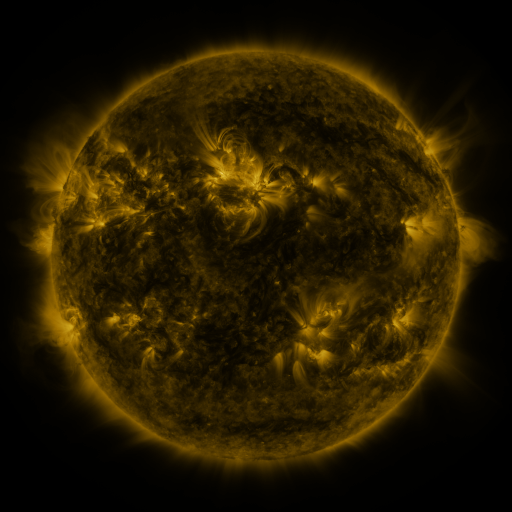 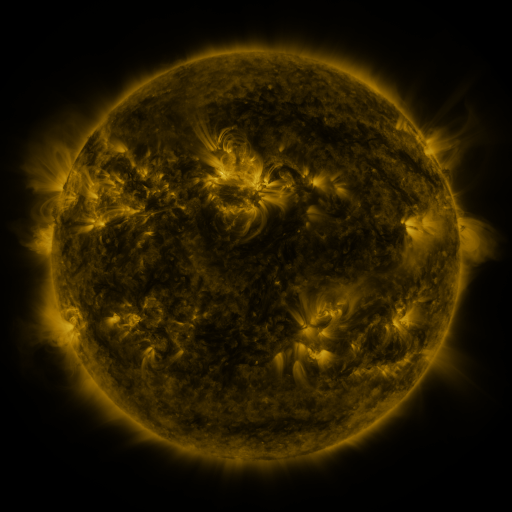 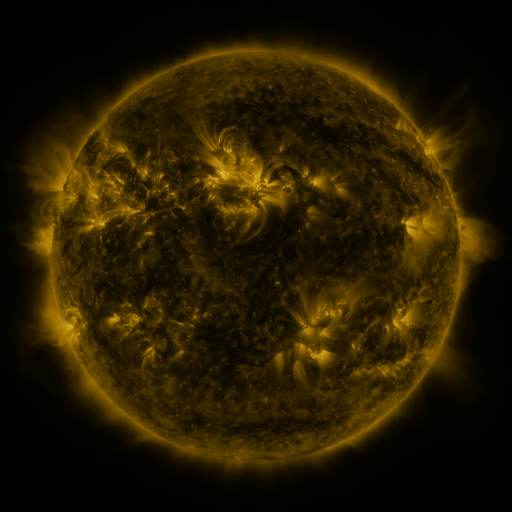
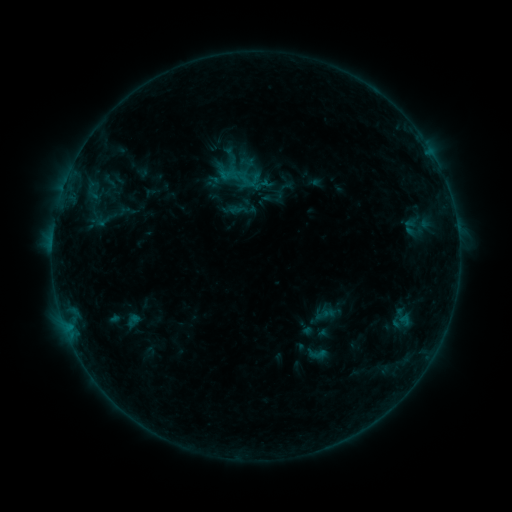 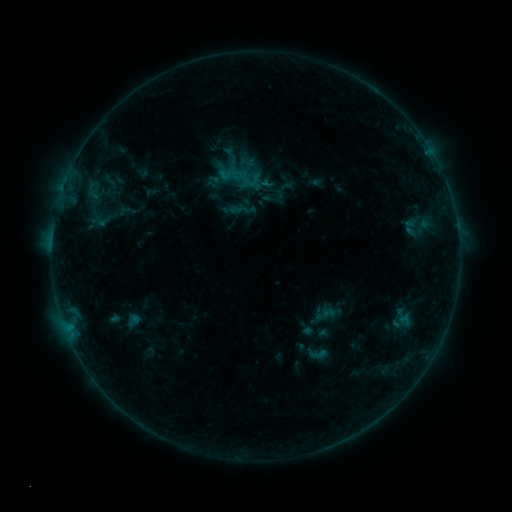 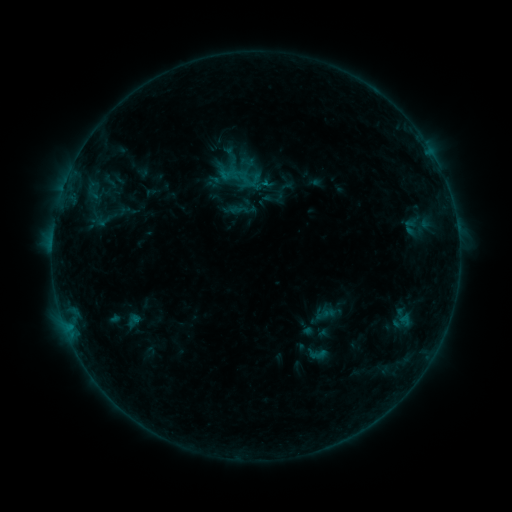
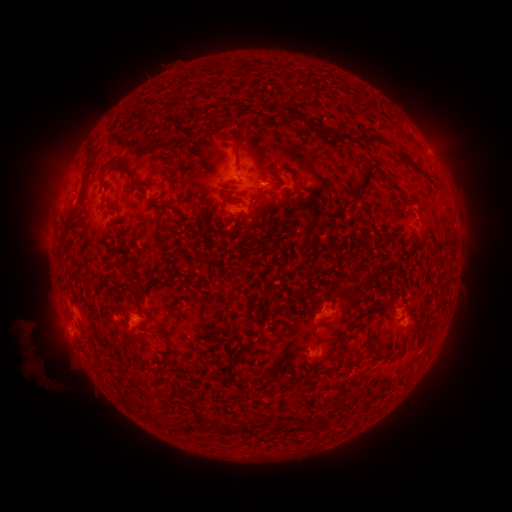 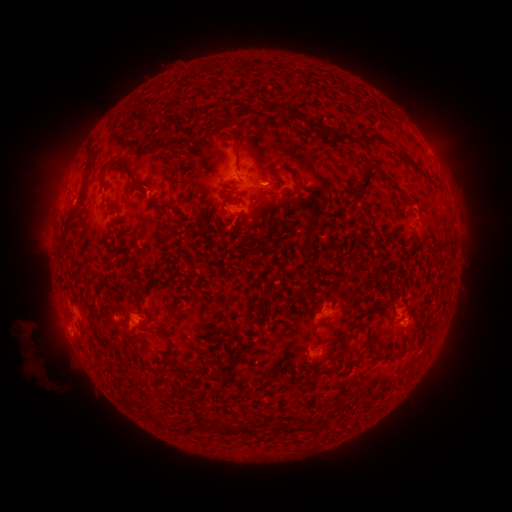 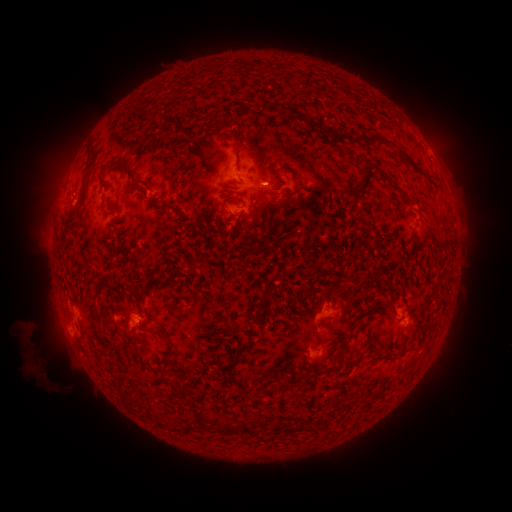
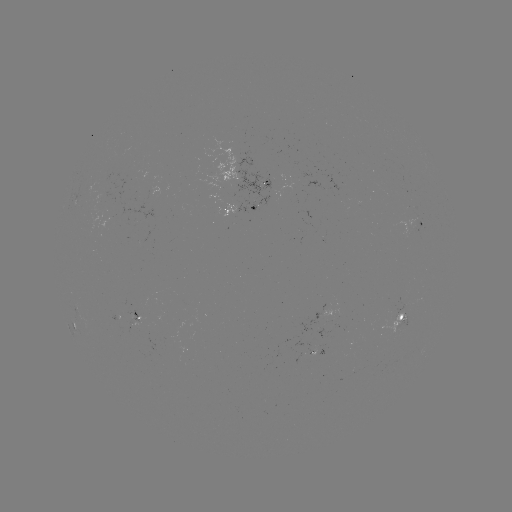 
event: flare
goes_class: B4.3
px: (262, 188)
